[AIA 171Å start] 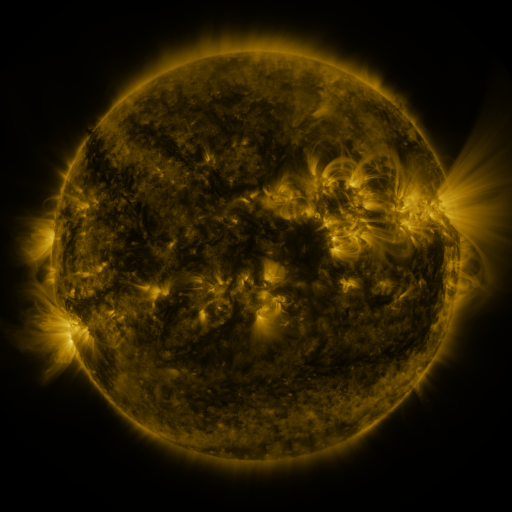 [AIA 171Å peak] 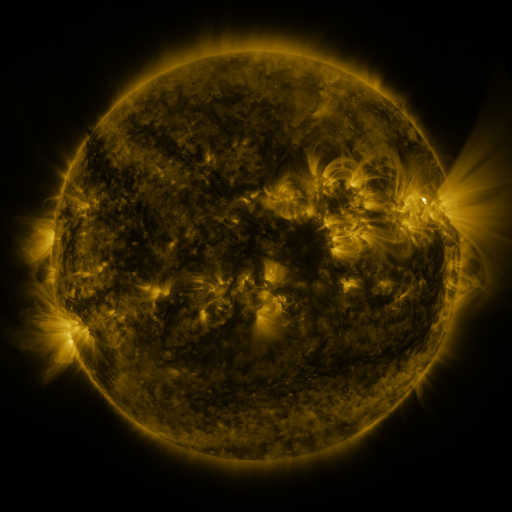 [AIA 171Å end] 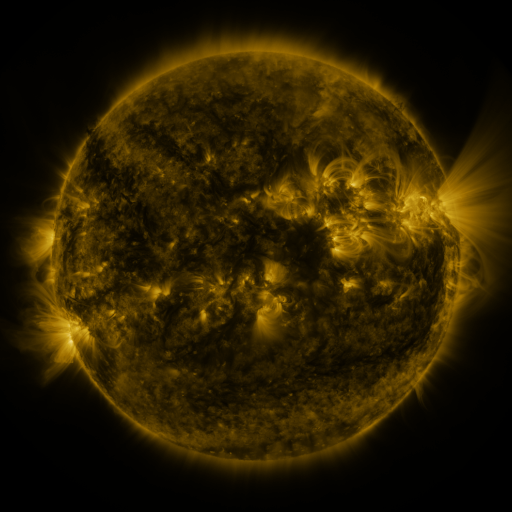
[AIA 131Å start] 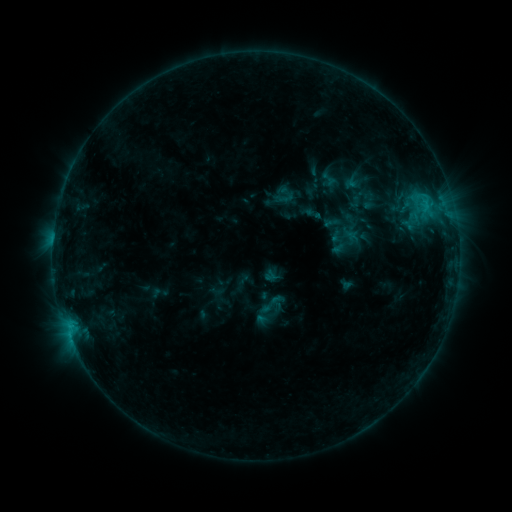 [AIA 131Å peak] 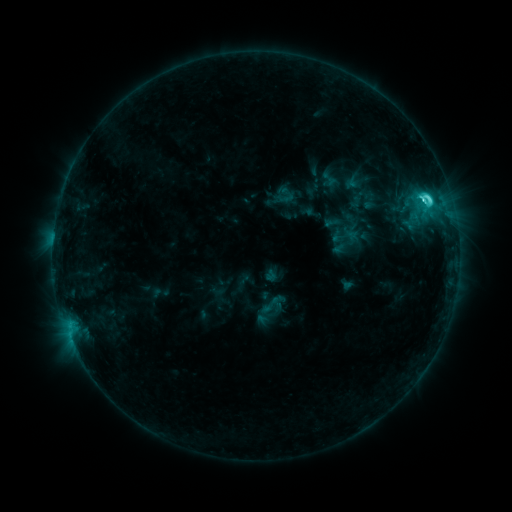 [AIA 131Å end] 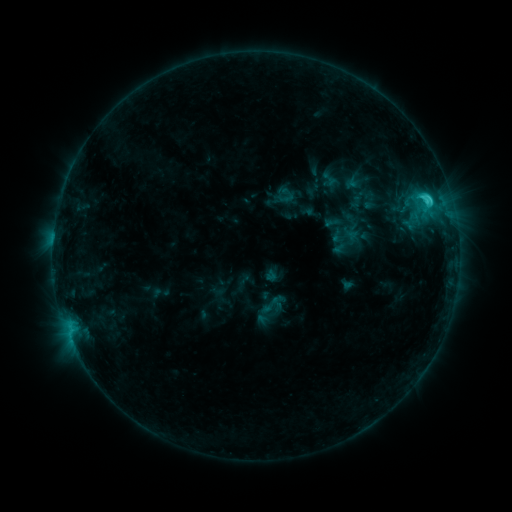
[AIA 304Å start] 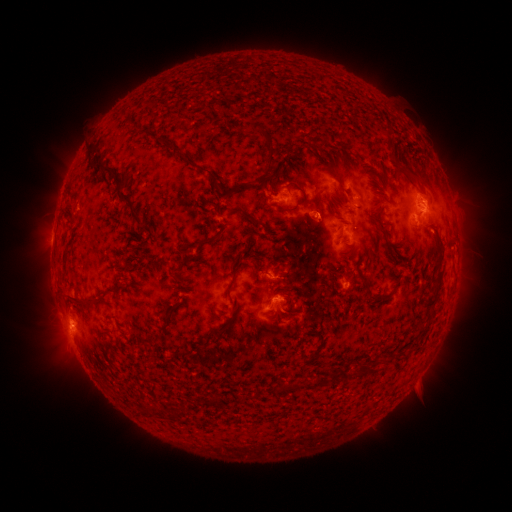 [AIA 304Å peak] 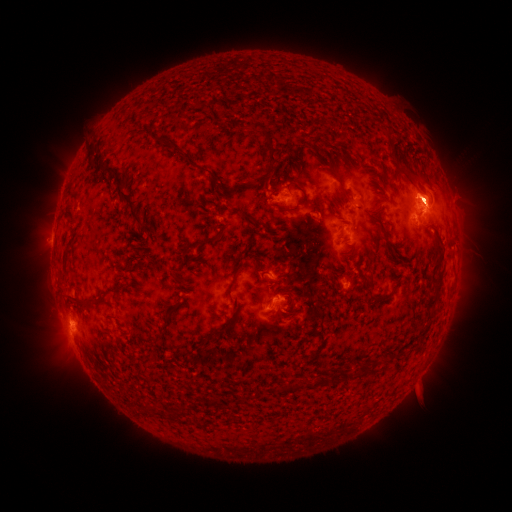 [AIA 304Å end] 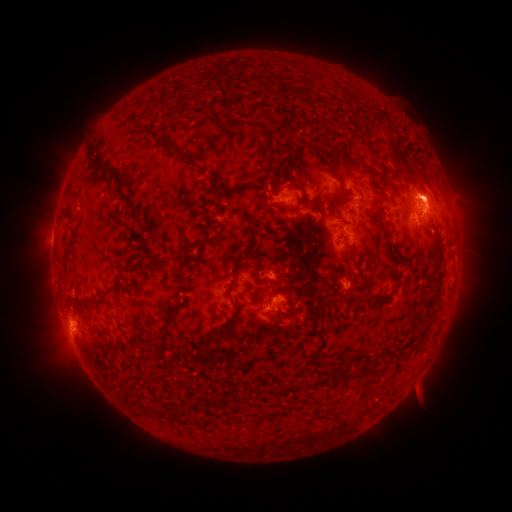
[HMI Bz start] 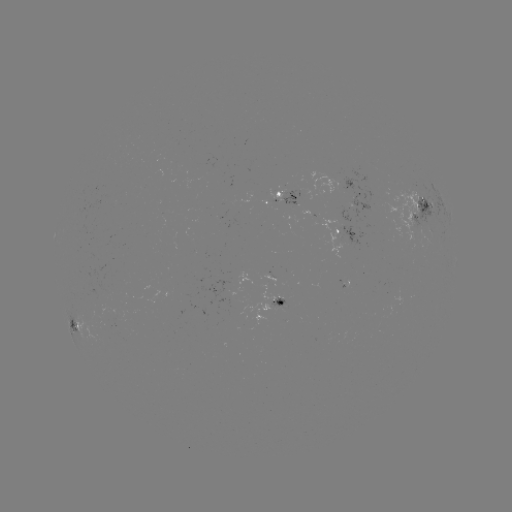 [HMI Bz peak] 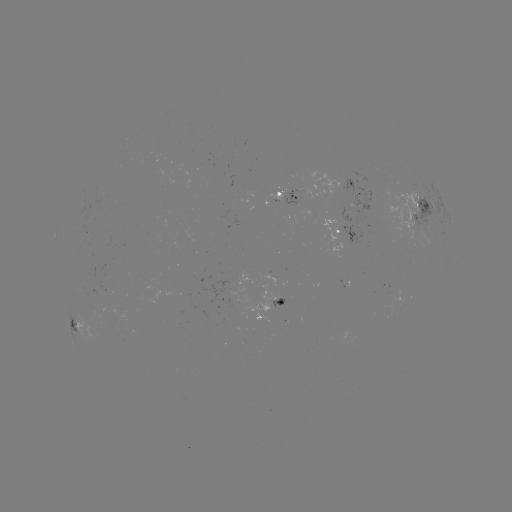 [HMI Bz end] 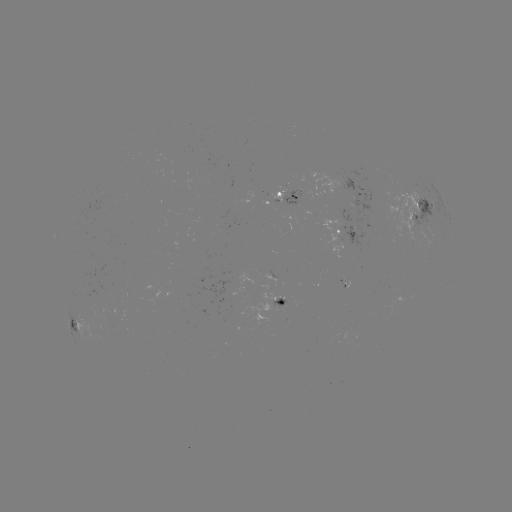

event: flare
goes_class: C4.1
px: (428, 200)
